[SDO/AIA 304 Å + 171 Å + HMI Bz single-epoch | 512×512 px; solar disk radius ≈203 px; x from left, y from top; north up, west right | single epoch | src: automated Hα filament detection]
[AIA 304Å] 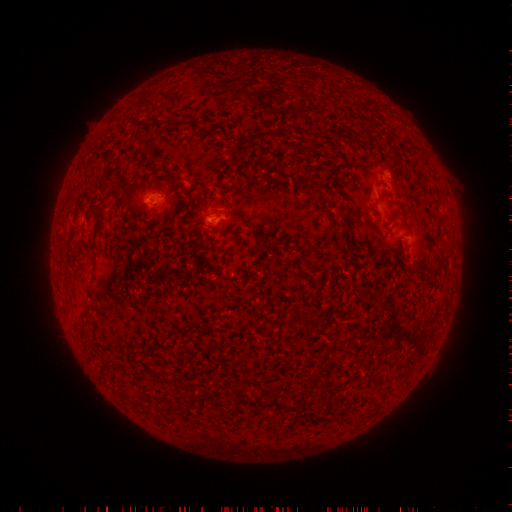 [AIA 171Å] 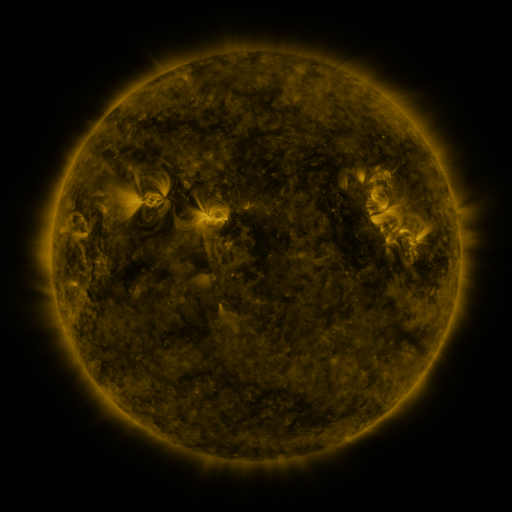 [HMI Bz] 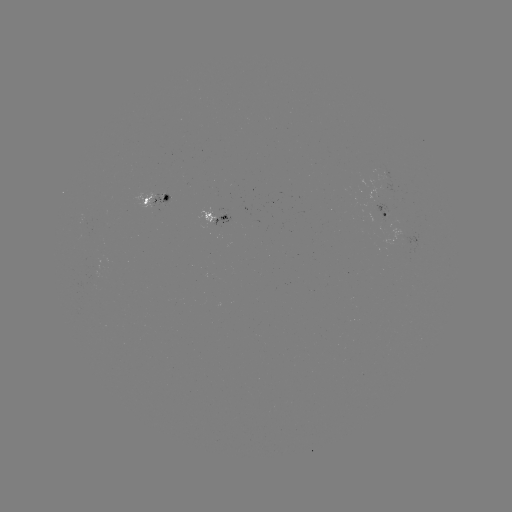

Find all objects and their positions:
filament: (97, 227)
filament: (304, 319)
filament: (239, 396)
filament: (276, 404)
